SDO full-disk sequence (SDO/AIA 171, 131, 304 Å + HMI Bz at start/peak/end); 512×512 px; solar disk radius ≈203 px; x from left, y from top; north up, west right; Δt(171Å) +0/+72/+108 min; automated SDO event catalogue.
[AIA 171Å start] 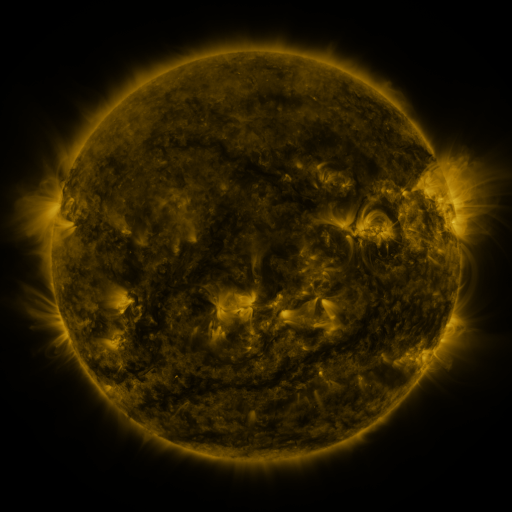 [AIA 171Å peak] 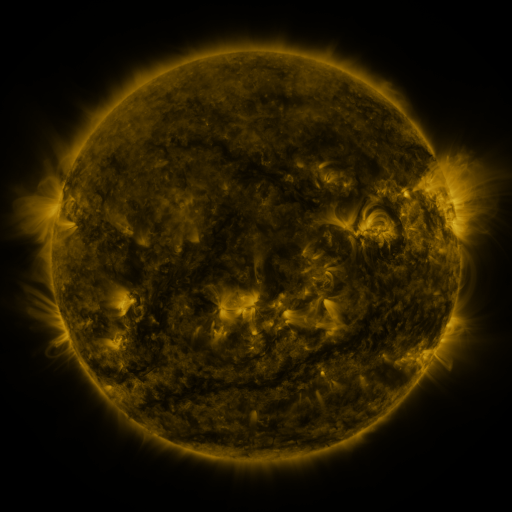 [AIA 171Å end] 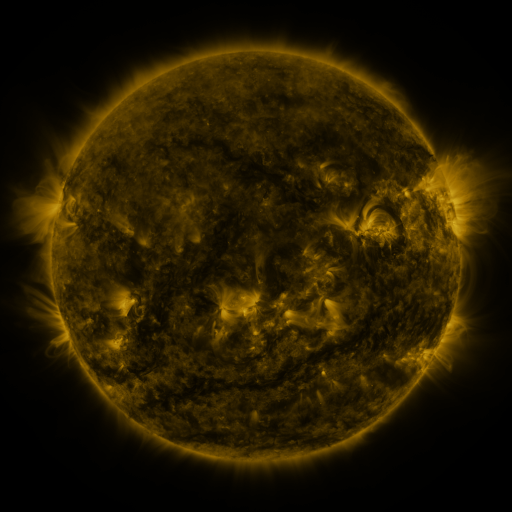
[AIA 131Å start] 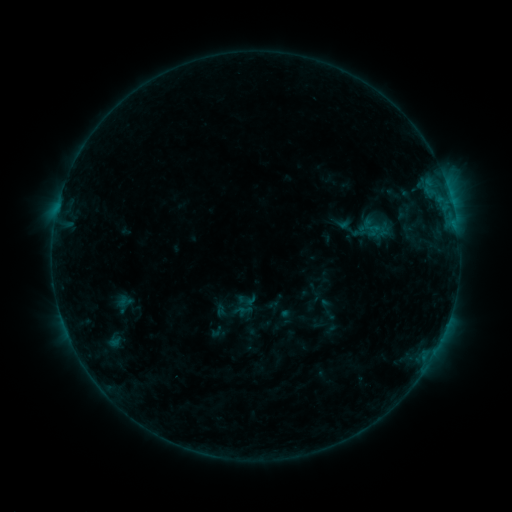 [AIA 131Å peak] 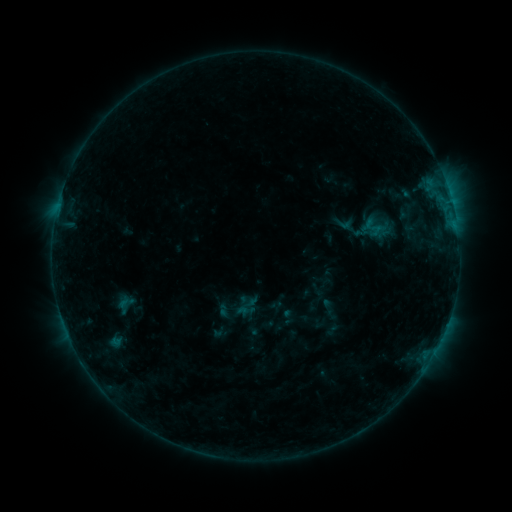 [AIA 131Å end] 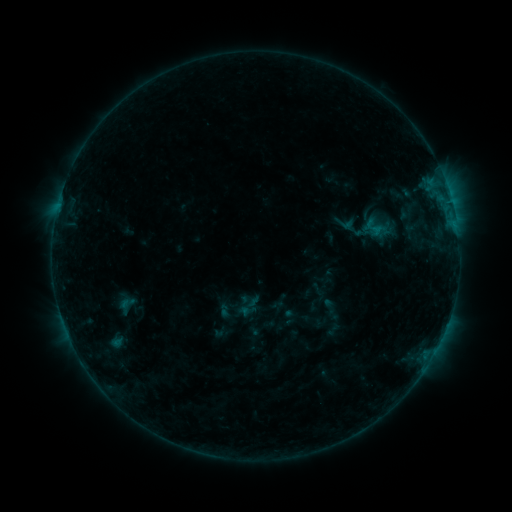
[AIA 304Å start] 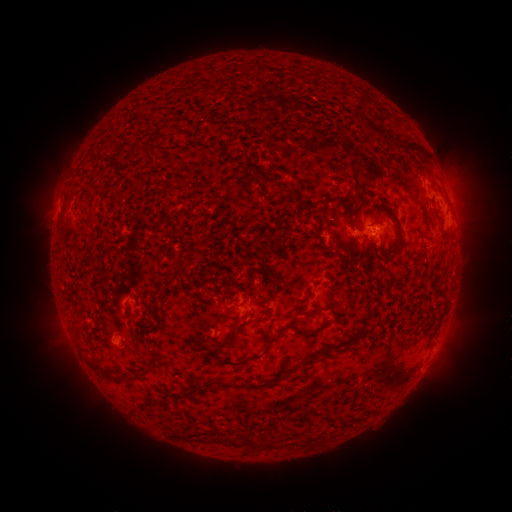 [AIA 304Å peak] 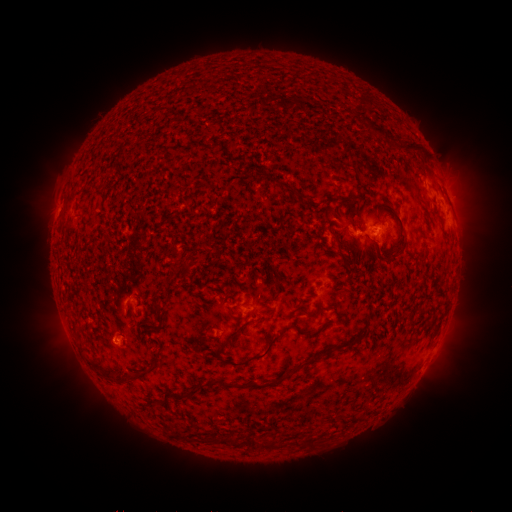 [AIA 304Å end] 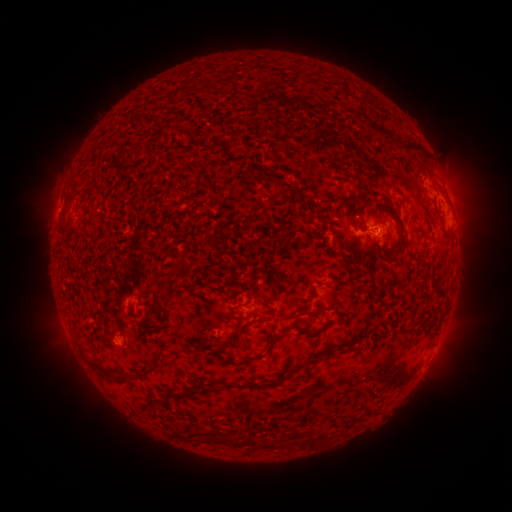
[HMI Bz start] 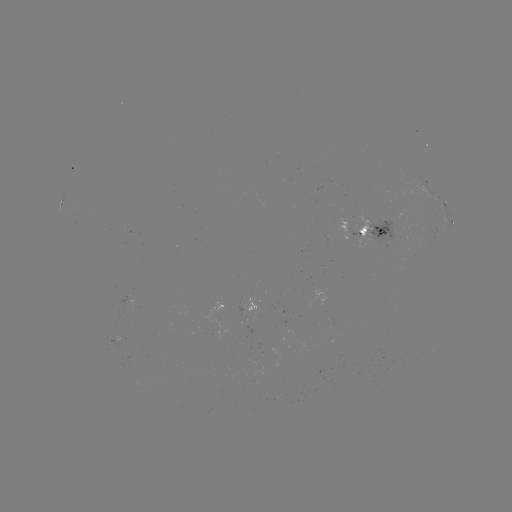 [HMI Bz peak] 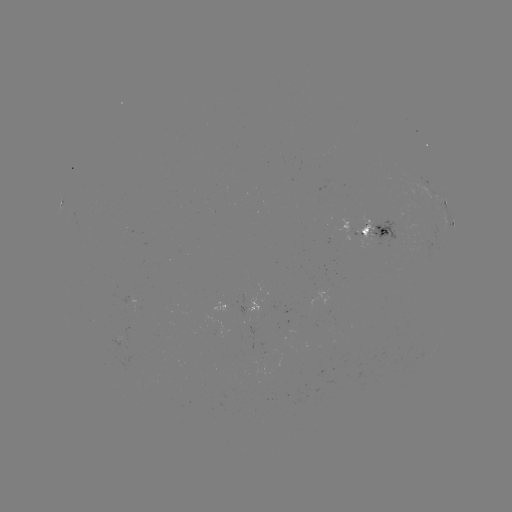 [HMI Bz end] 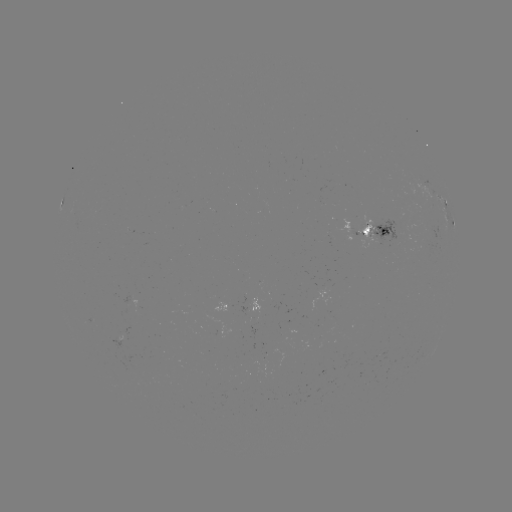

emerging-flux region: [114, 327, 130, 338]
